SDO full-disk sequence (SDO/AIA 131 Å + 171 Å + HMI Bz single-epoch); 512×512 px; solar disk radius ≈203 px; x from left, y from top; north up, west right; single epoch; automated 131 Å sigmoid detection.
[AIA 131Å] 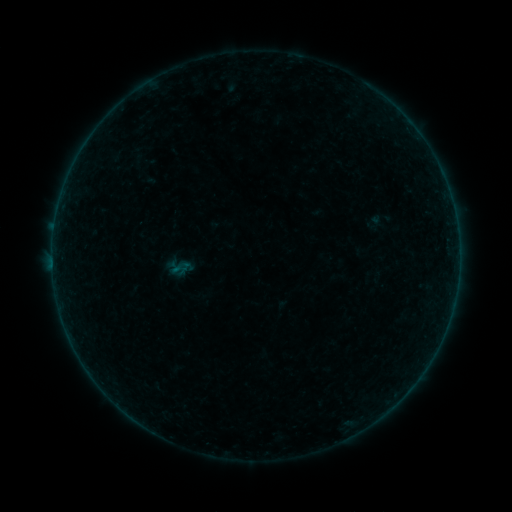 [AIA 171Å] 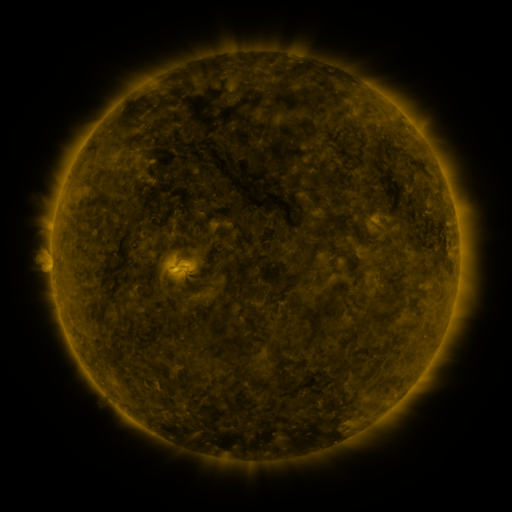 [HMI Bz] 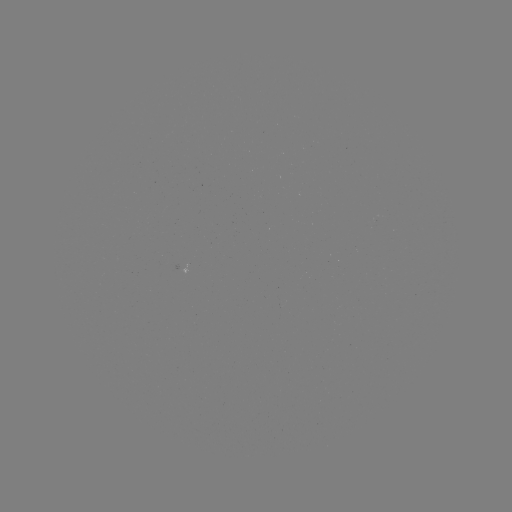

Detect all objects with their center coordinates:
sigmoid: (180, 268)
